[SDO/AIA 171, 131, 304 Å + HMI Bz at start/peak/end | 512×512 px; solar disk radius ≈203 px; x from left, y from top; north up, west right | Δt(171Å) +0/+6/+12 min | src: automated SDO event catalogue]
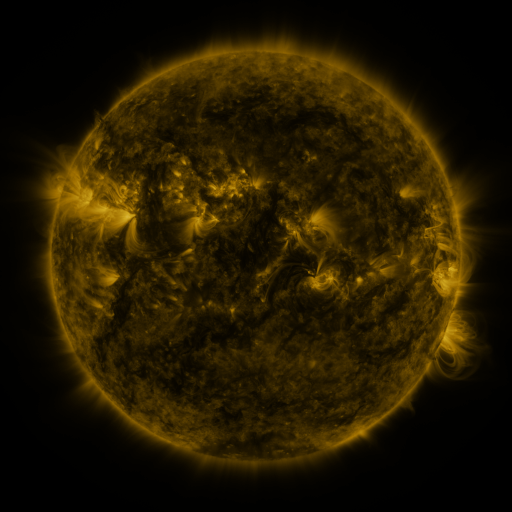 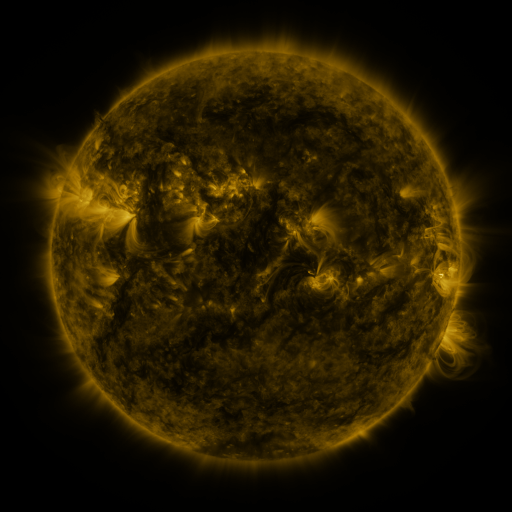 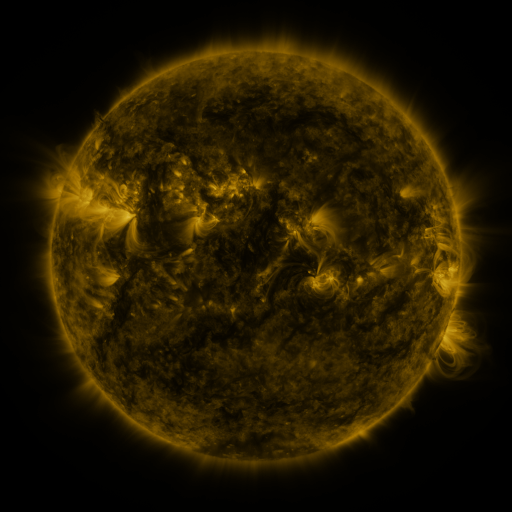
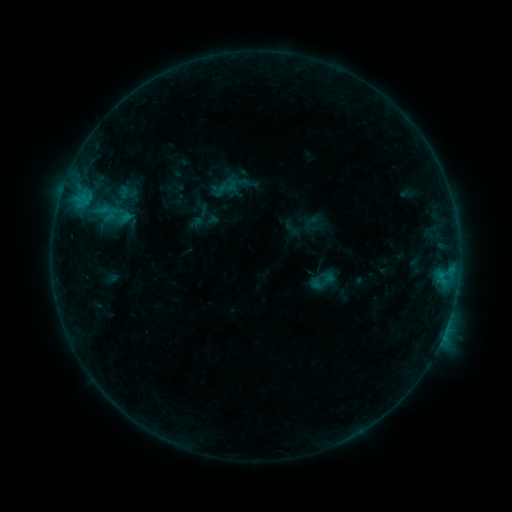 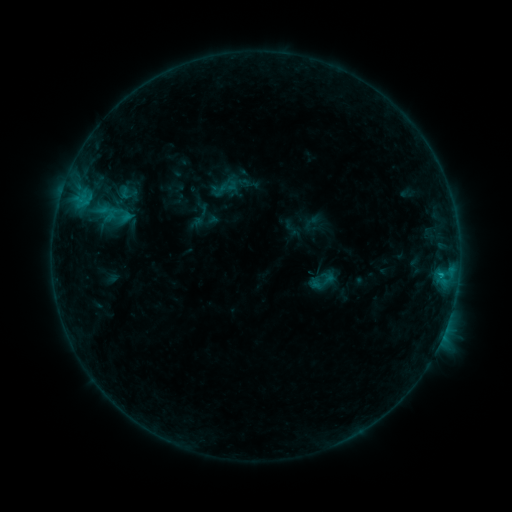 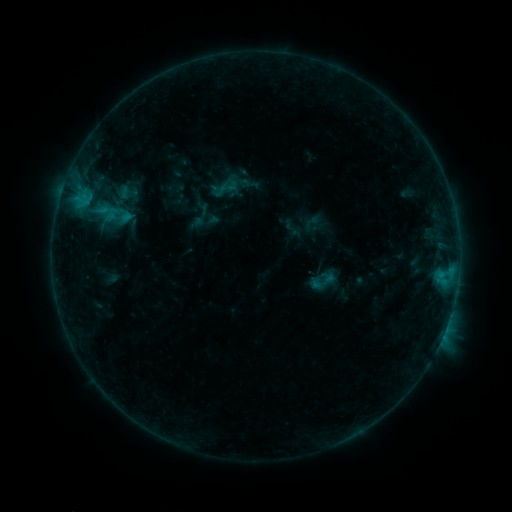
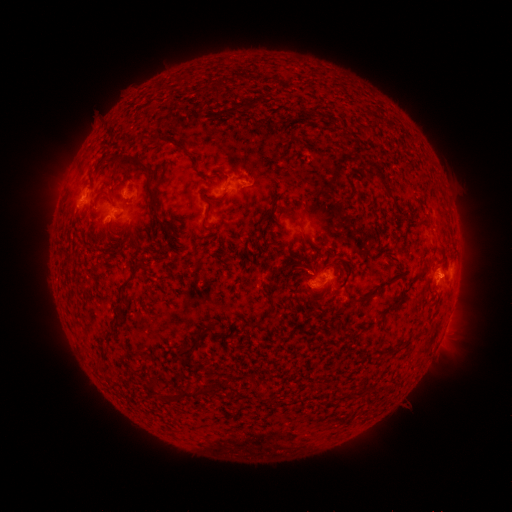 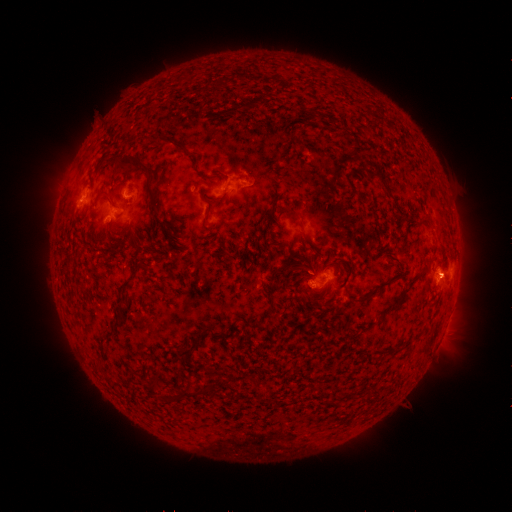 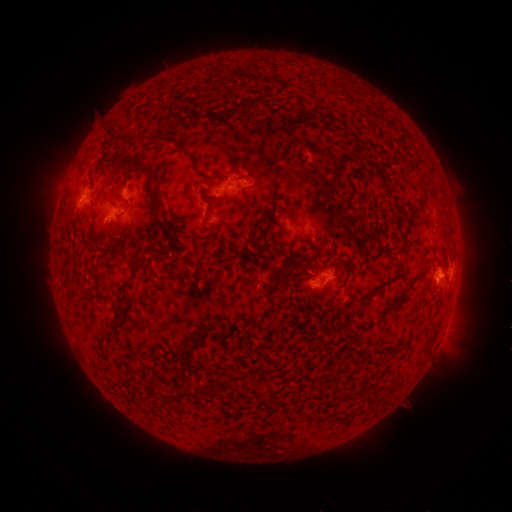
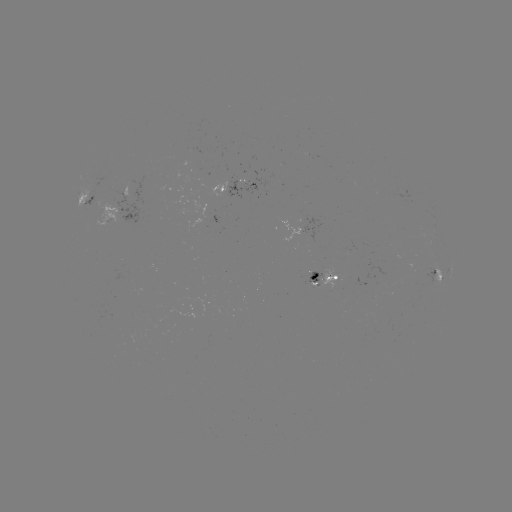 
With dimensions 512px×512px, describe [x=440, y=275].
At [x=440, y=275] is B7.0 flare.